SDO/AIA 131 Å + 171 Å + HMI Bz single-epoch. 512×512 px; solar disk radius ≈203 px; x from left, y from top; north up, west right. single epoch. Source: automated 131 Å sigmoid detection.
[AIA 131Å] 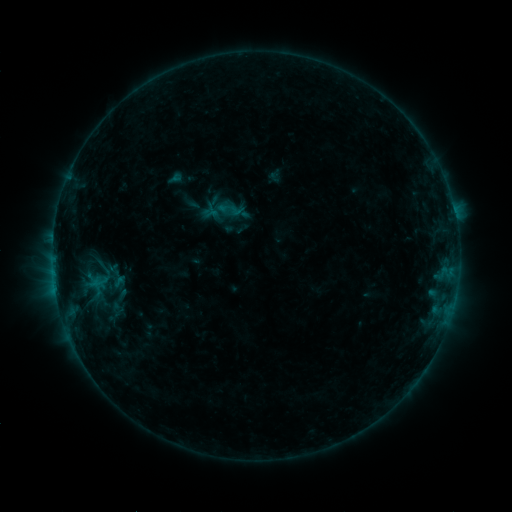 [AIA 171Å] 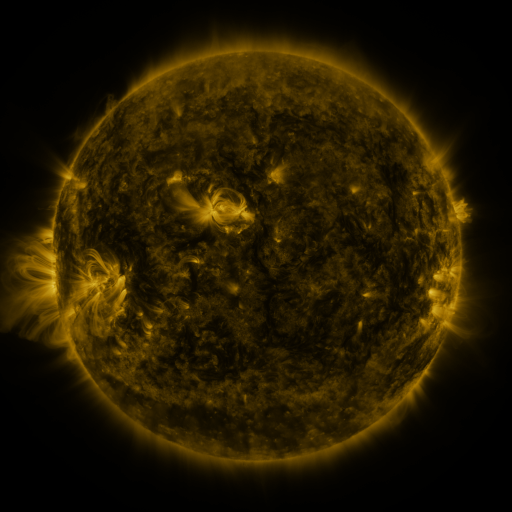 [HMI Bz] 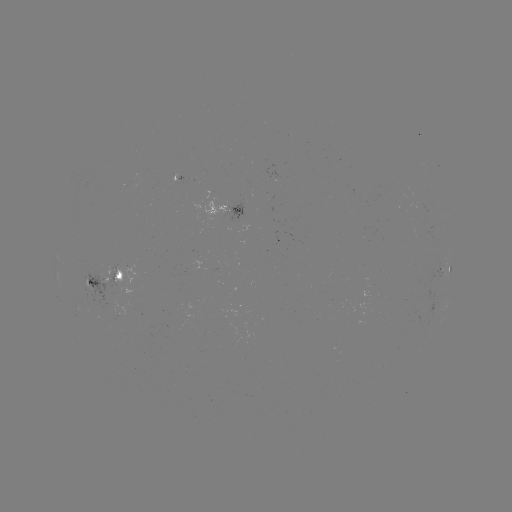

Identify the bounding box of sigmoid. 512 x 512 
[218, 199, 237, 218].